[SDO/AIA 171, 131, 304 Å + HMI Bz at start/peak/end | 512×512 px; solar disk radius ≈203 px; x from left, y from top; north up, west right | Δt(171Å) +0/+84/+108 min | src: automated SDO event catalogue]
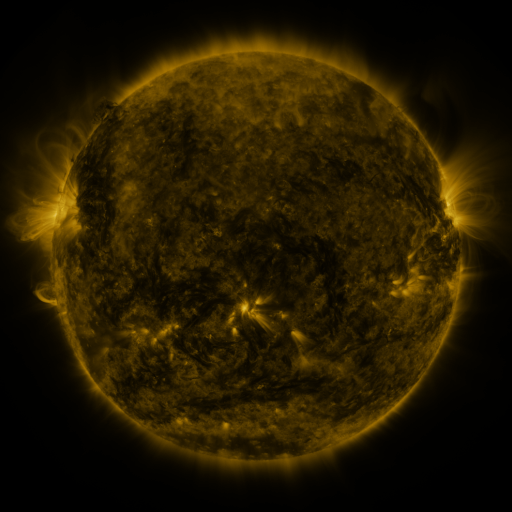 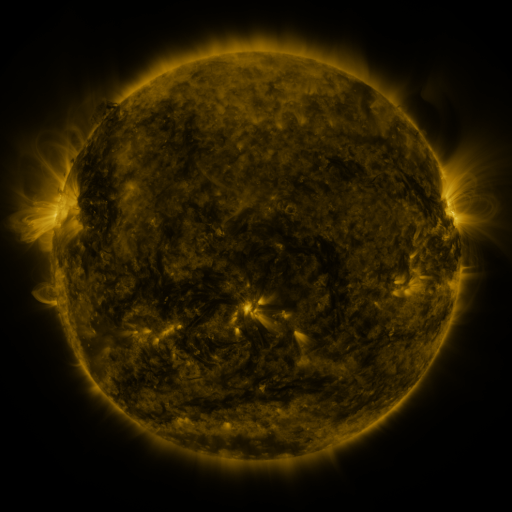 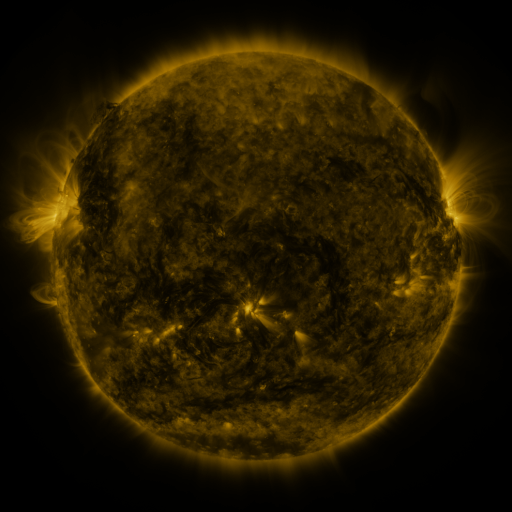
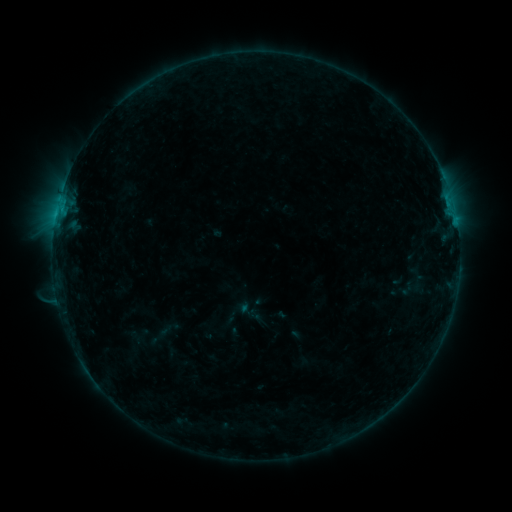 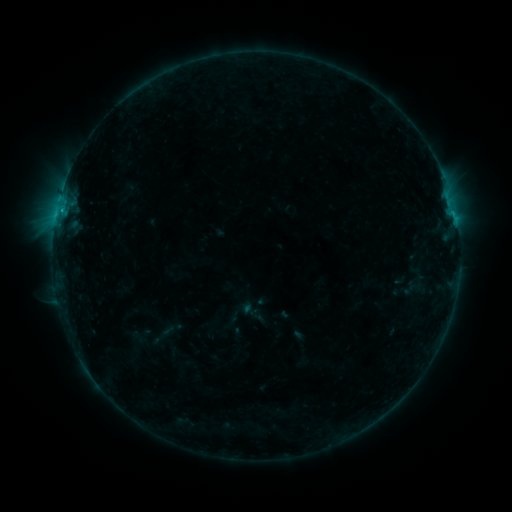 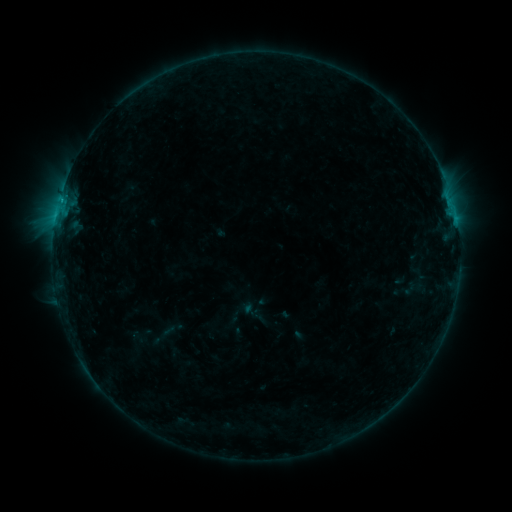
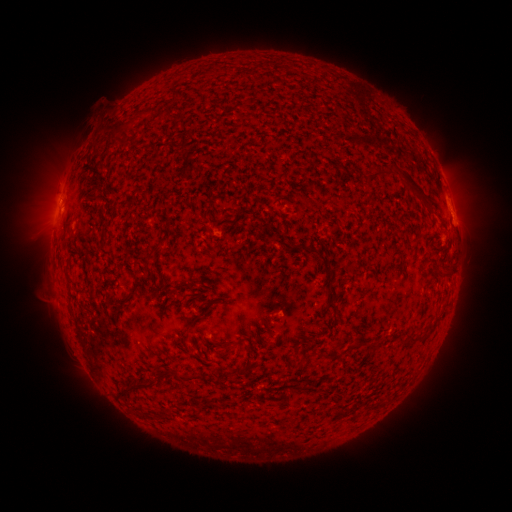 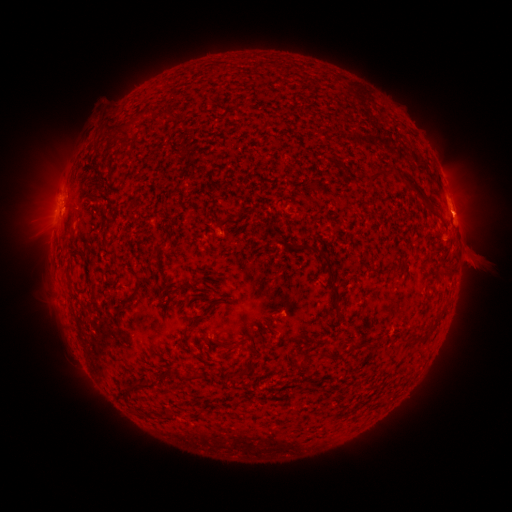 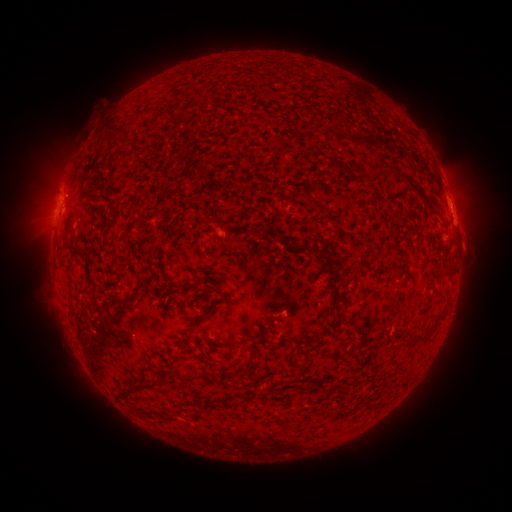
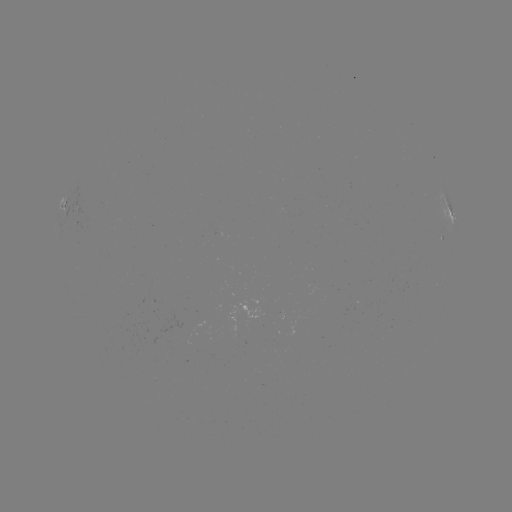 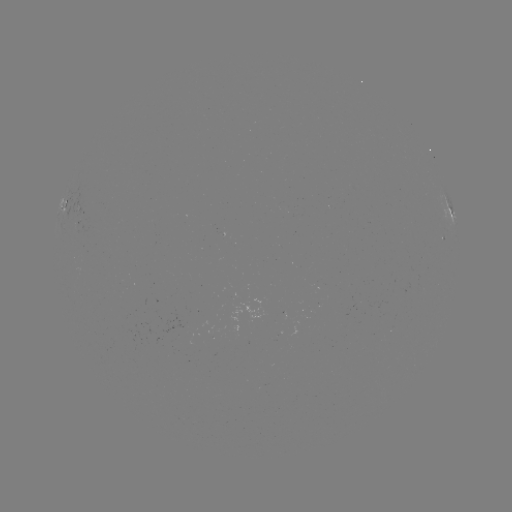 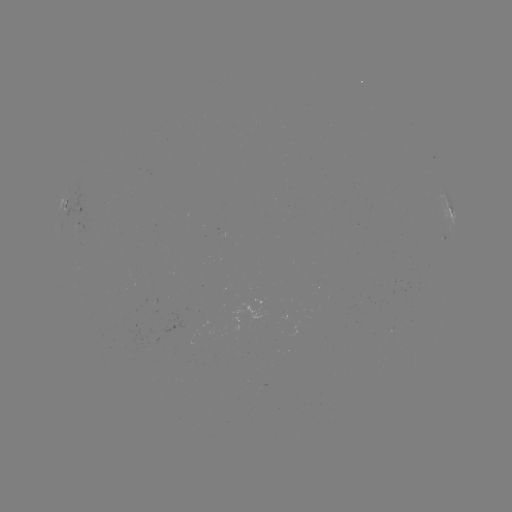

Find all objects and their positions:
emerging-flux region: (185, 329)
